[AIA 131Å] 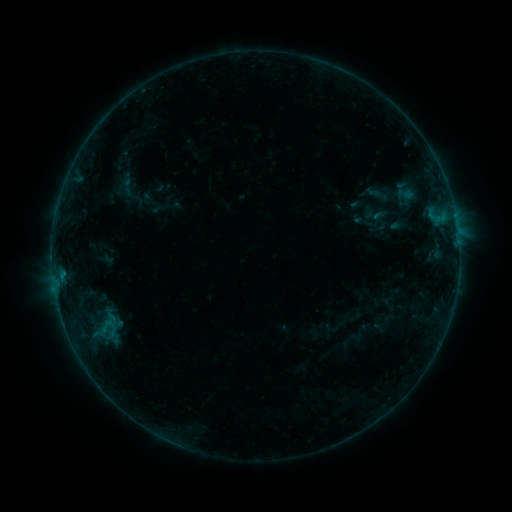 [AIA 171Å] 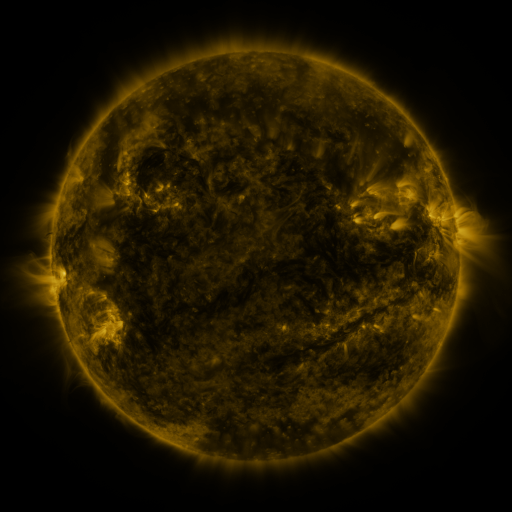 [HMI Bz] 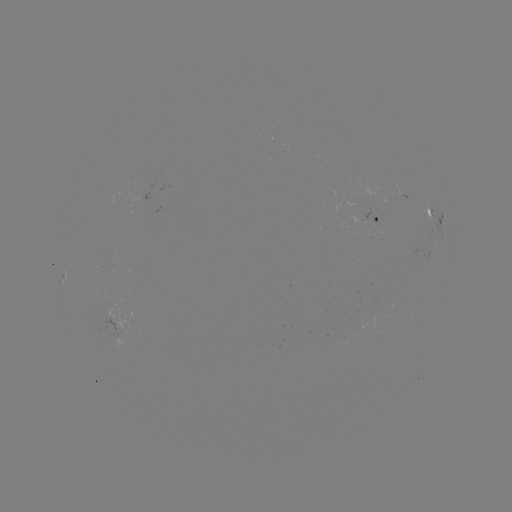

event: sigmoid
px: (107, 327)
